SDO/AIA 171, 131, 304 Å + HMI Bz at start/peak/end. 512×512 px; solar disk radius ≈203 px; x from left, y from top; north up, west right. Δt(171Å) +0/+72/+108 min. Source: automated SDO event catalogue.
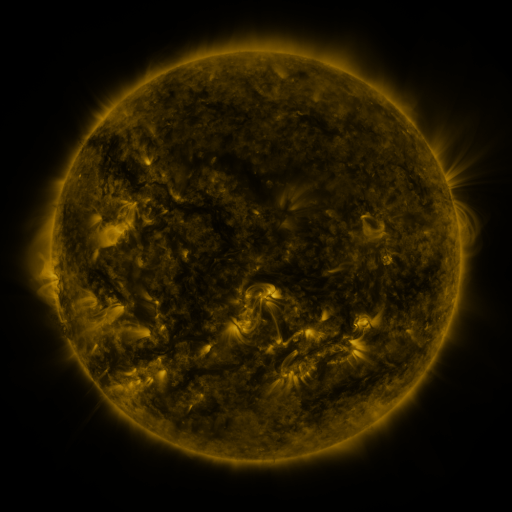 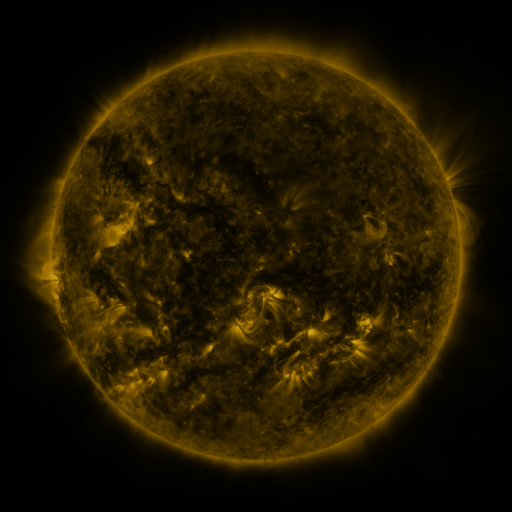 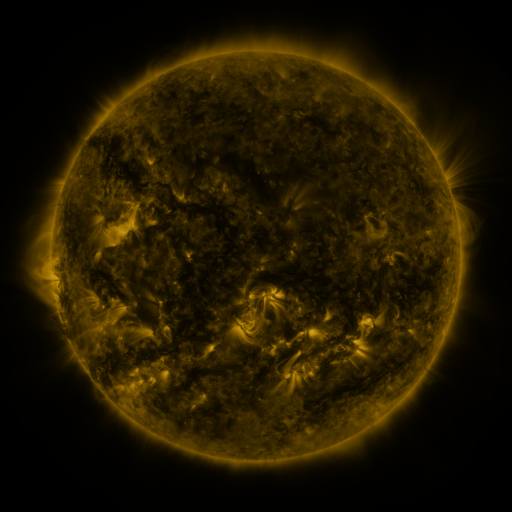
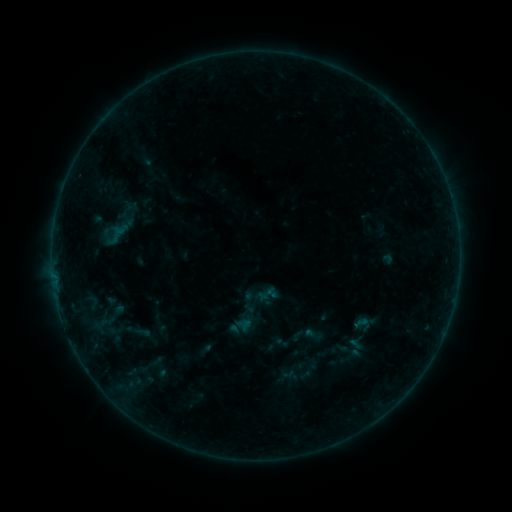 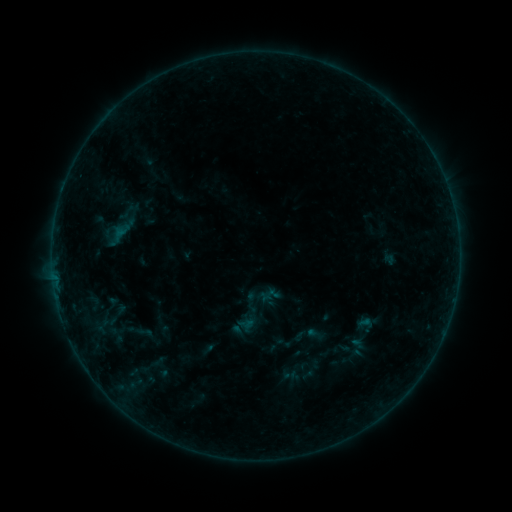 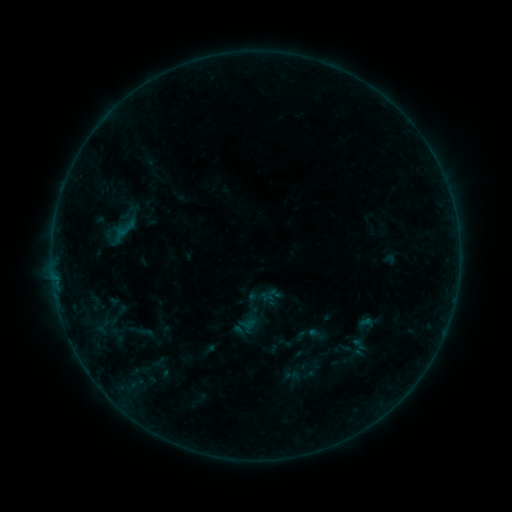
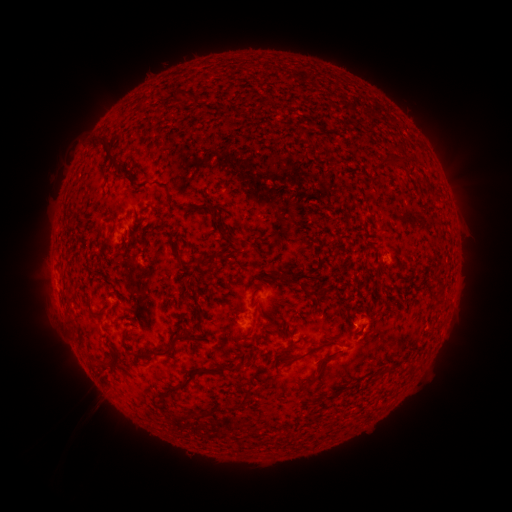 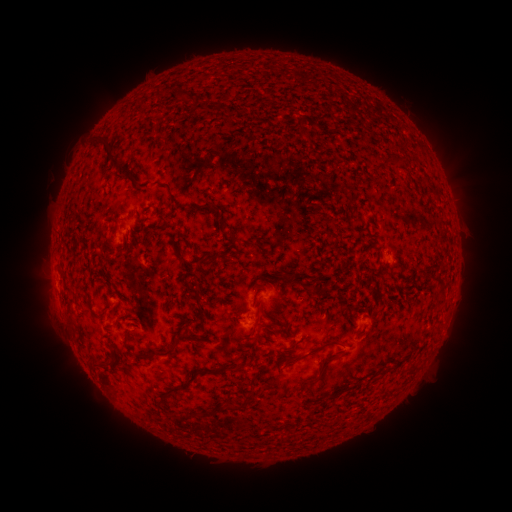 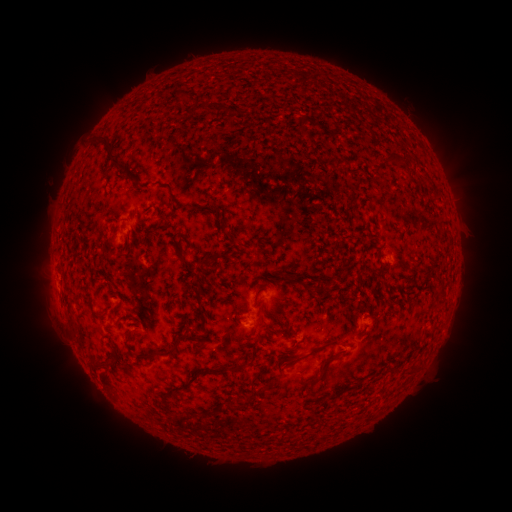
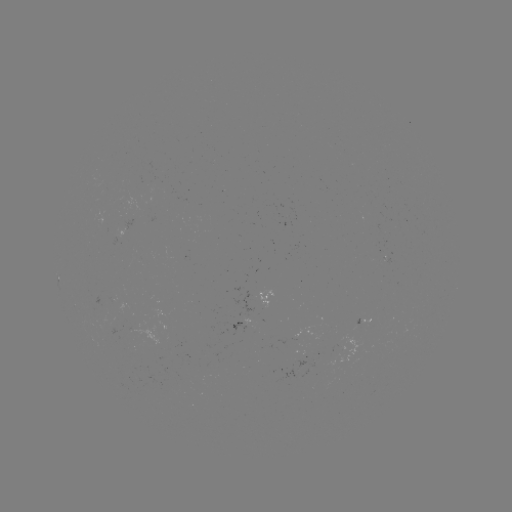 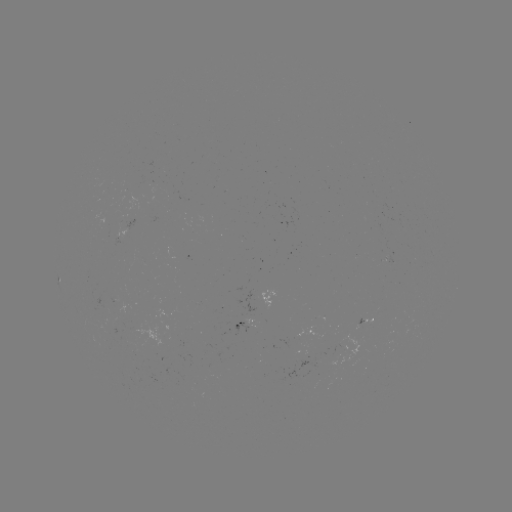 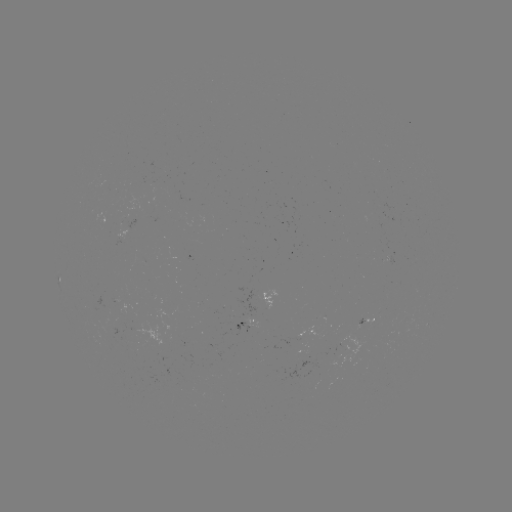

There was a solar emerging-flux region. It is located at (110, 305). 